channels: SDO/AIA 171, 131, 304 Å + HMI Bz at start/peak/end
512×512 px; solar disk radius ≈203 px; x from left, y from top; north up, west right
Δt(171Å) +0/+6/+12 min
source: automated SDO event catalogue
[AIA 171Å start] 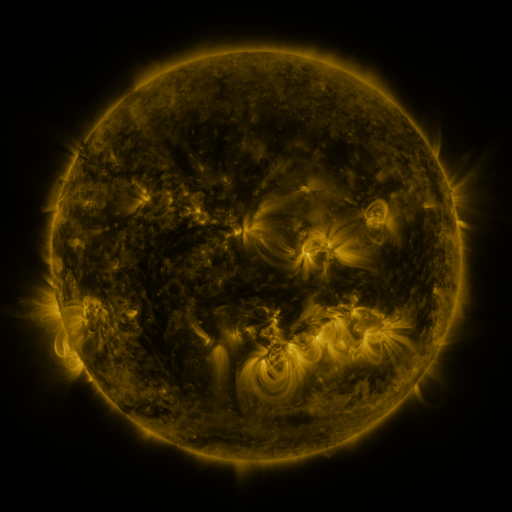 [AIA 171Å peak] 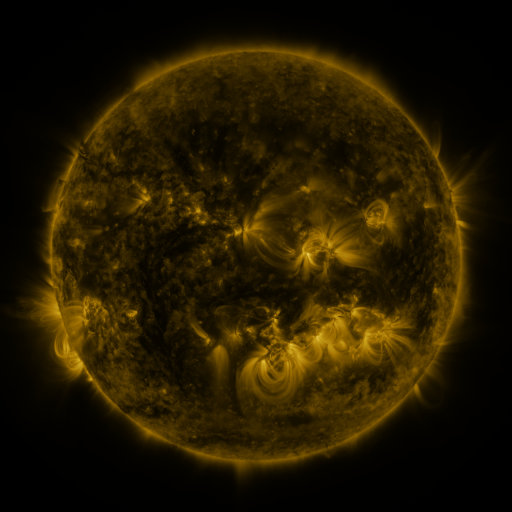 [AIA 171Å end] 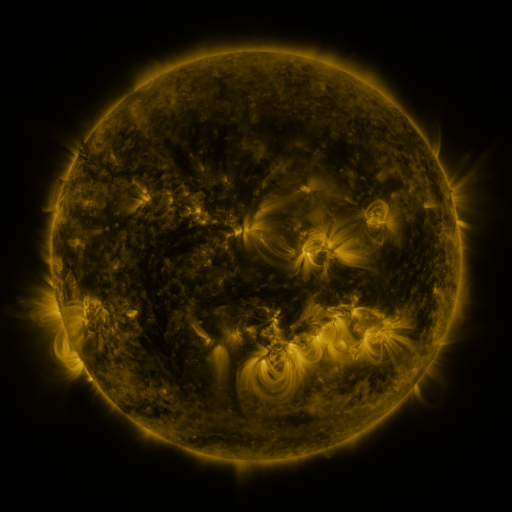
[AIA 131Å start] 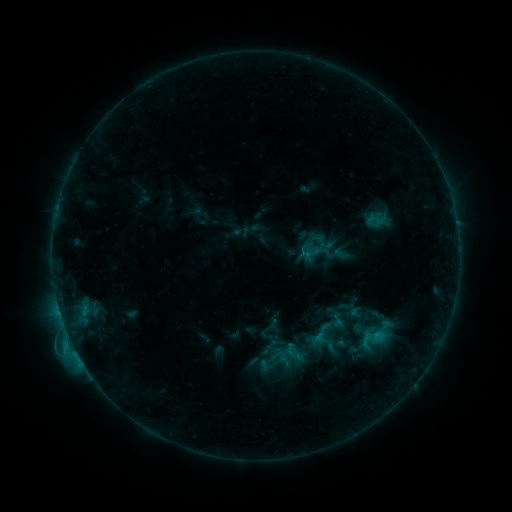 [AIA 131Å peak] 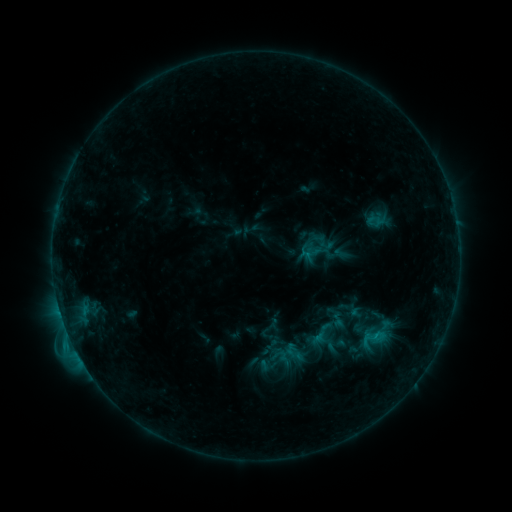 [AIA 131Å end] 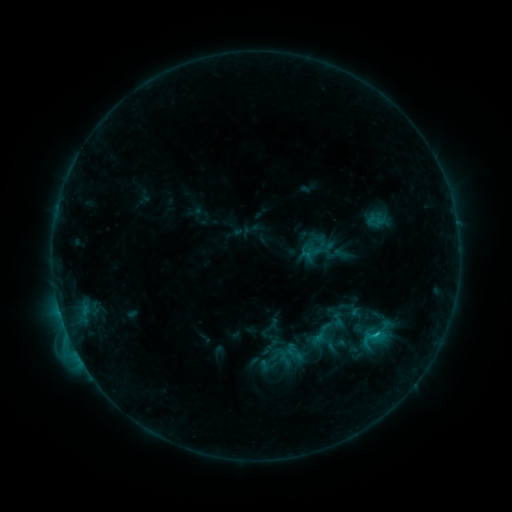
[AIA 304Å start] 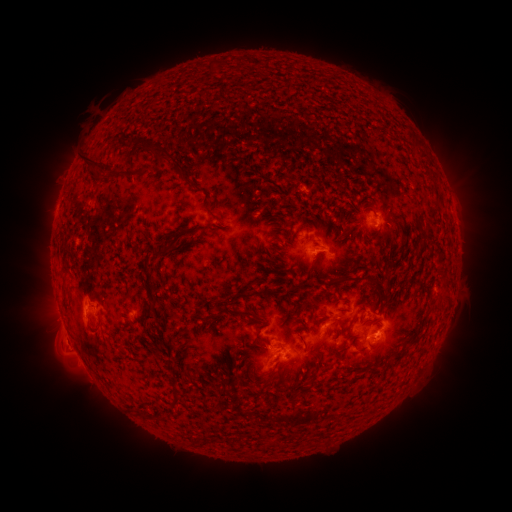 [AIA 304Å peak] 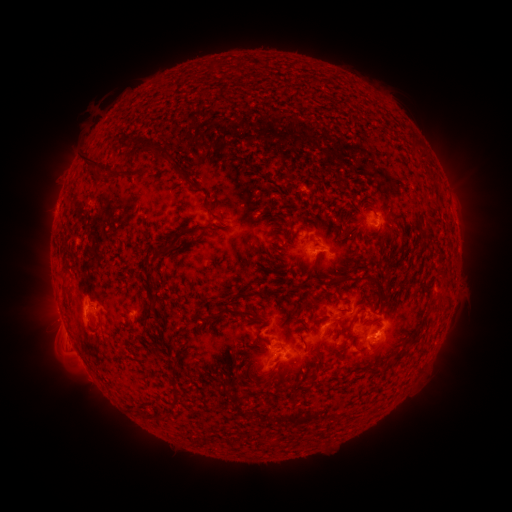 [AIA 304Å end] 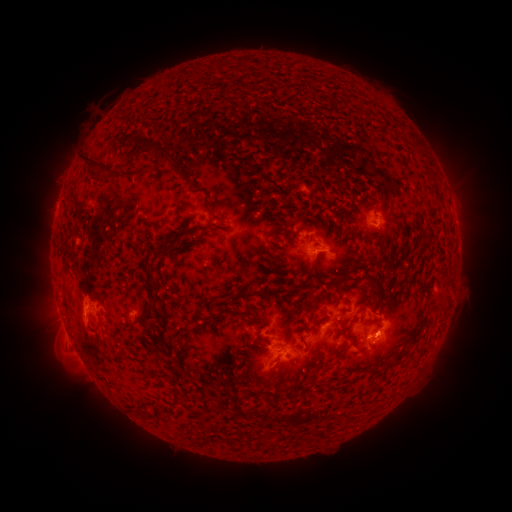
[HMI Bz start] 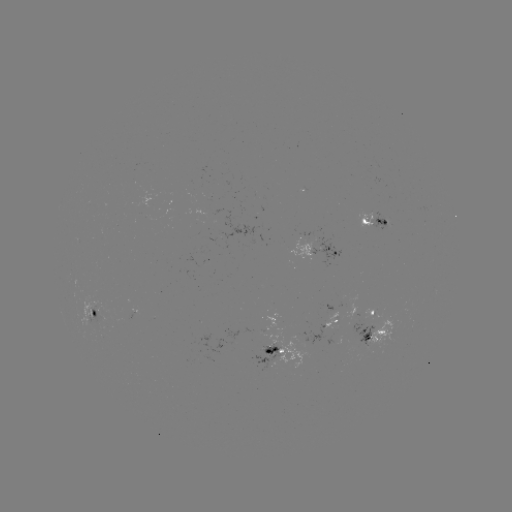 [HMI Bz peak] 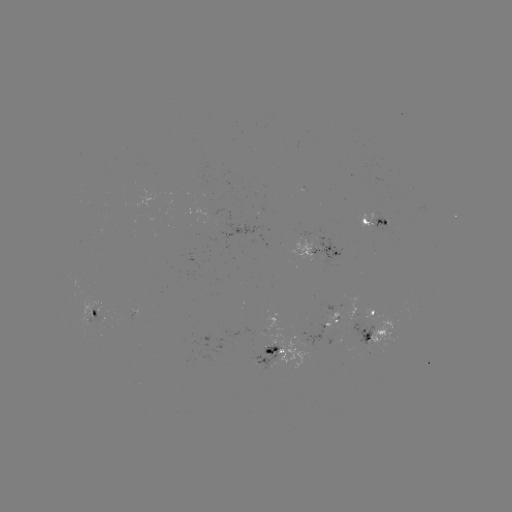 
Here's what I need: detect B9.9 flare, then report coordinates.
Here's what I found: B9.9 flare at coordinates [375, 333].